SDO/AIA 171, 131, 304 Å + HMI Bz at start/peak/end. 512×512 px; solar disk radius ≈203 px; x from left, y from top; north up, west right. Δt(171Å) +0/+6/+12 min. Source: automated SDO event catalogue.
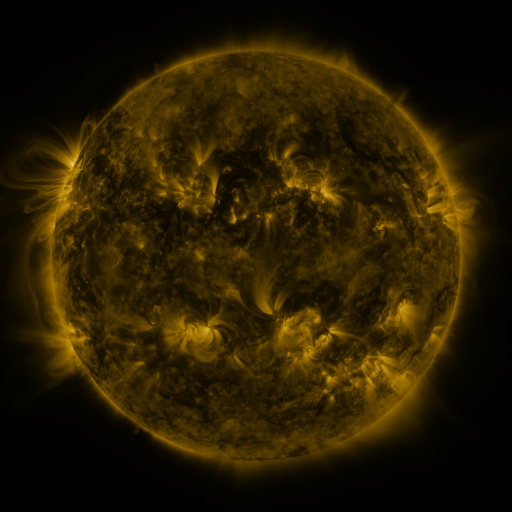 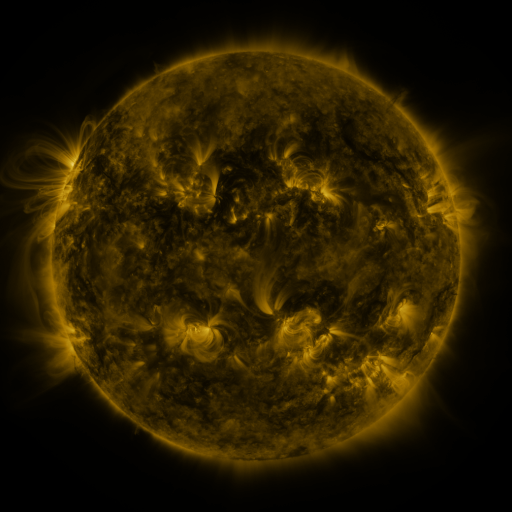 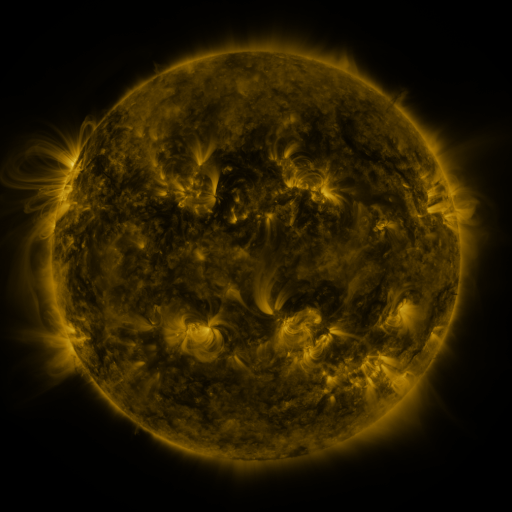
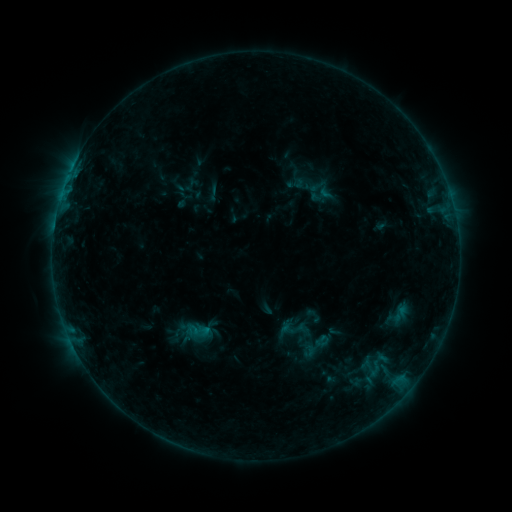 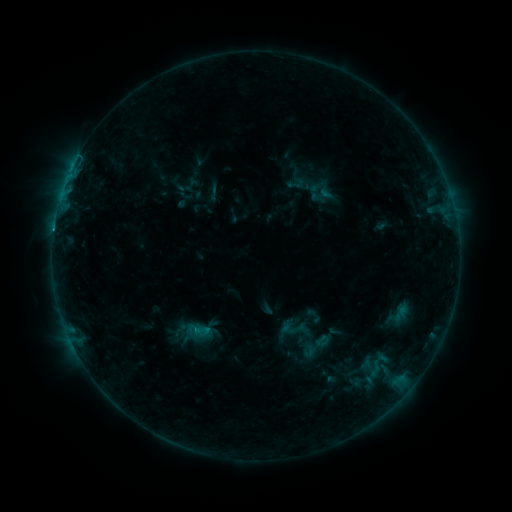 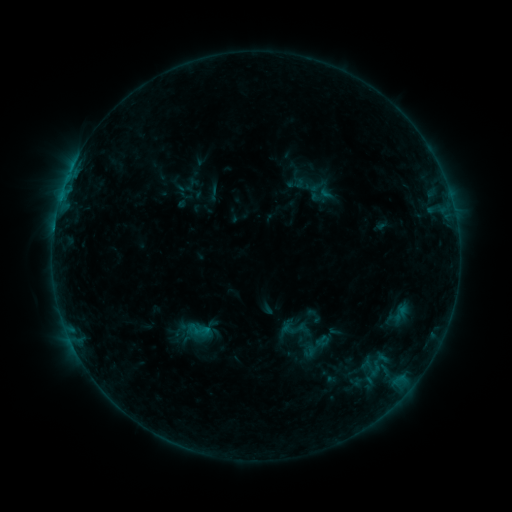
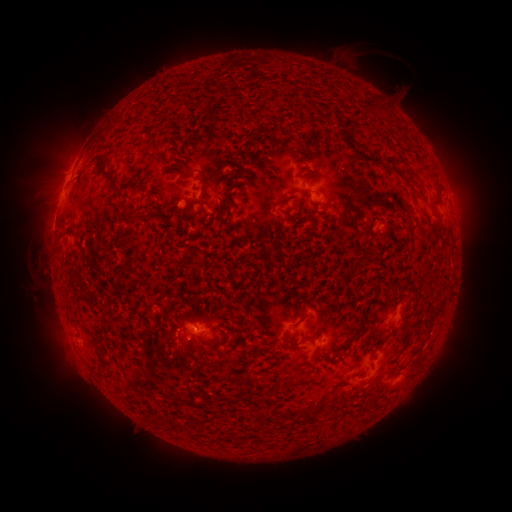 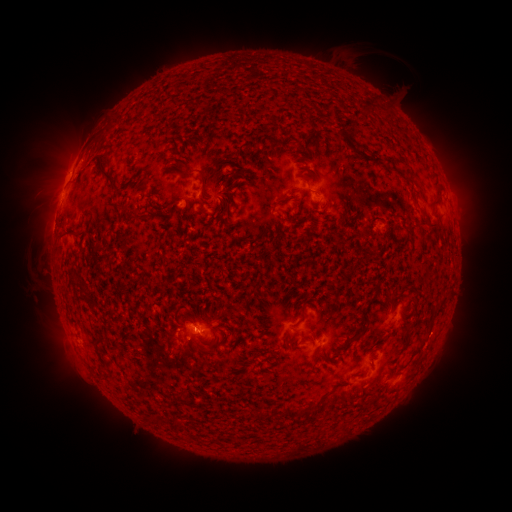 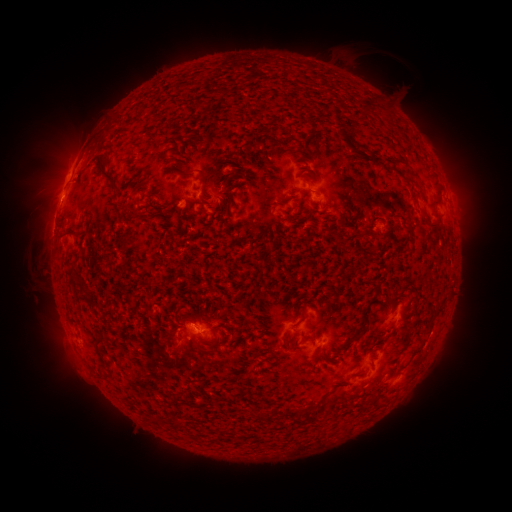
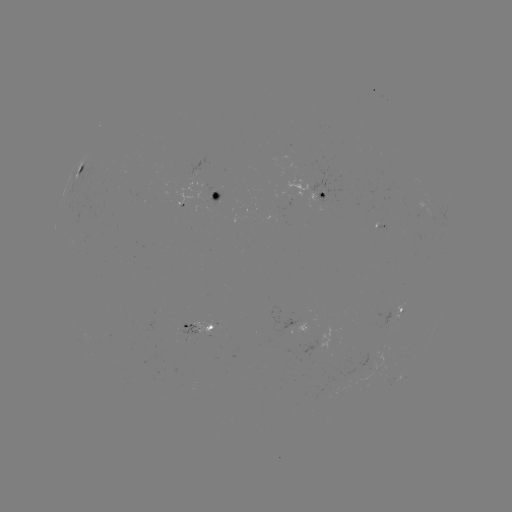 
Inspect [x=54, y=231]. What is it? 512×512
B6.0 flare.